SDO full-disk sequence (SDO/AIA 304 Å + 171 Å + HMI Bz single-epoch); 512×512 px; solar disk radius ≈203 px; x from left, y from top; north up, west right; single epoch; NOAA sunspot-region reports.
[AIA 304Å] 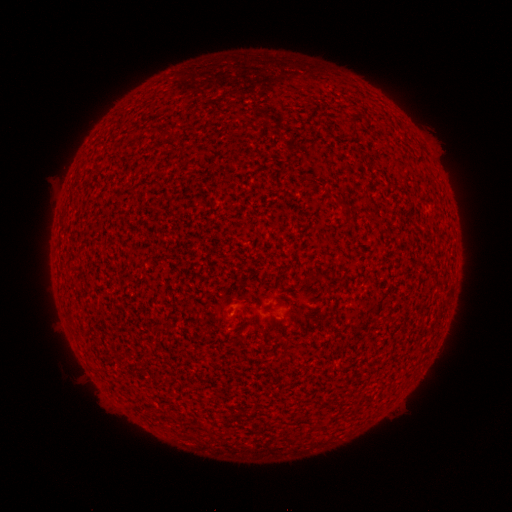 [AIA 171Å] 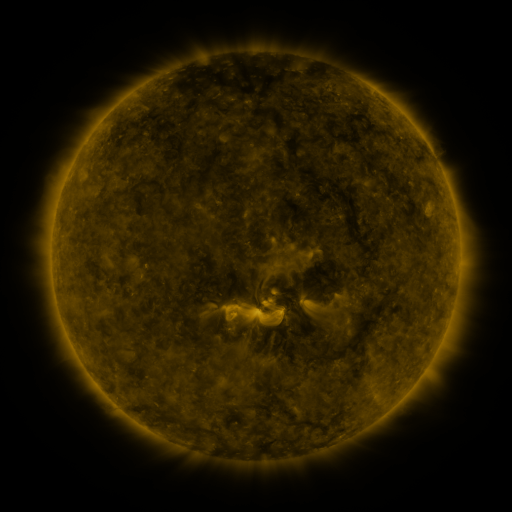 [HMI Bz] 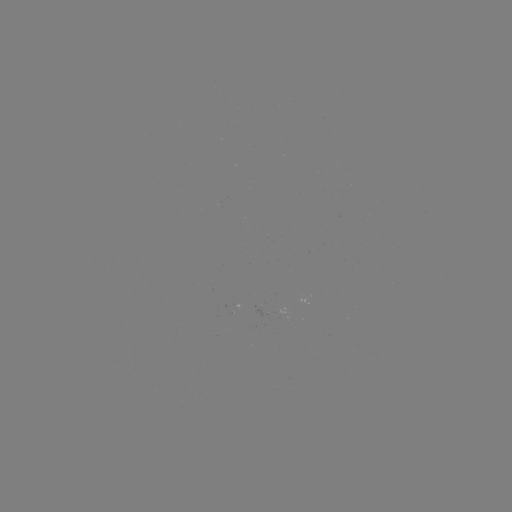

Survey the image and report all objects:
spotted active region: (238, 314)
